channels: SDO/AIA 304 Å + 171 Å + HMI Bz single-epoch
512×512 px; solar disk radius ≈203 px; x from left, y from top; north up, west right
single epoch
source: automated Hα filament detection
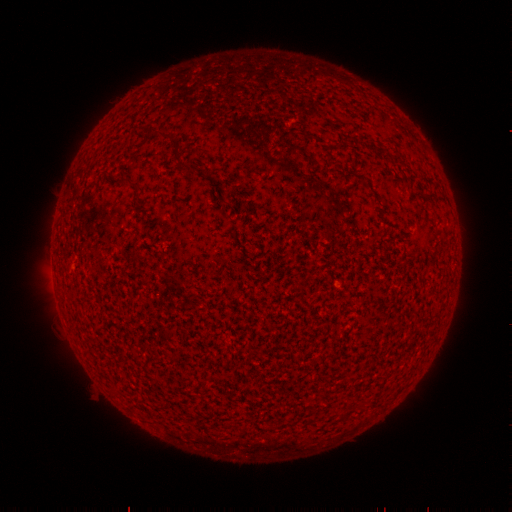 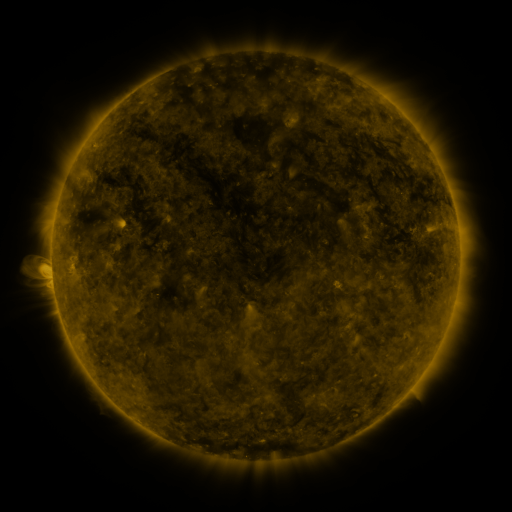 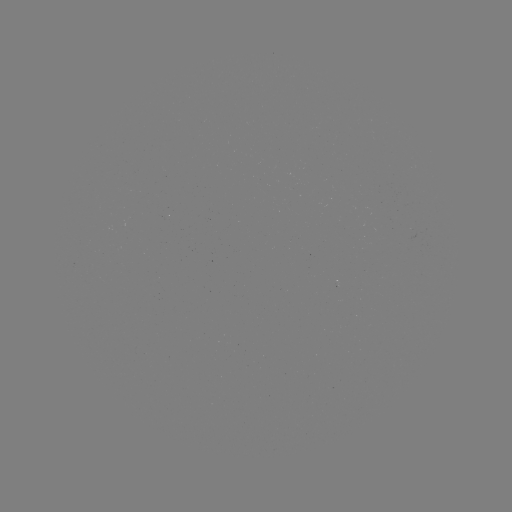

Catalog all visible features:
filament: (190, 167)
filament: (126, 182)
